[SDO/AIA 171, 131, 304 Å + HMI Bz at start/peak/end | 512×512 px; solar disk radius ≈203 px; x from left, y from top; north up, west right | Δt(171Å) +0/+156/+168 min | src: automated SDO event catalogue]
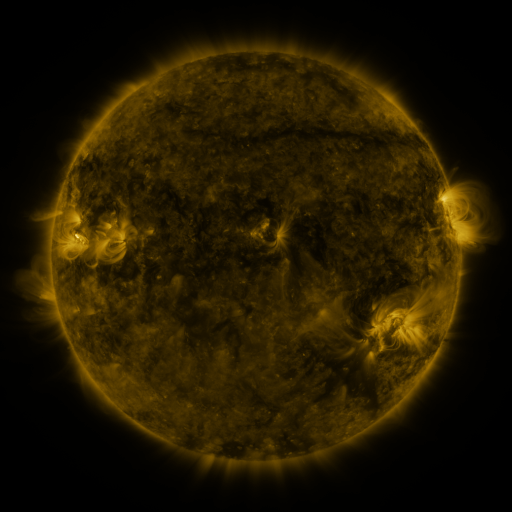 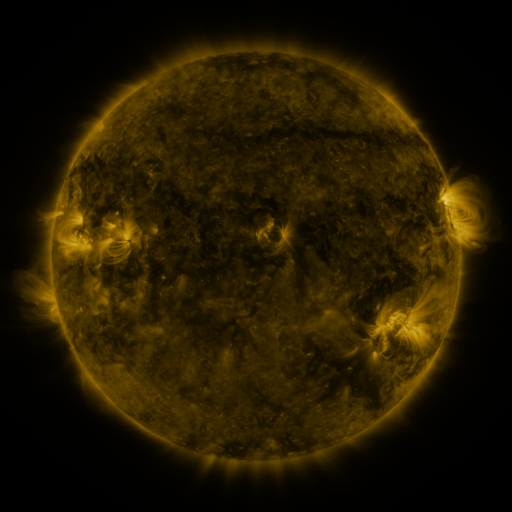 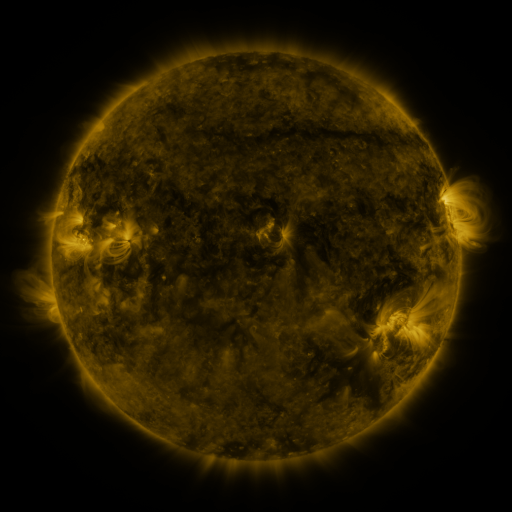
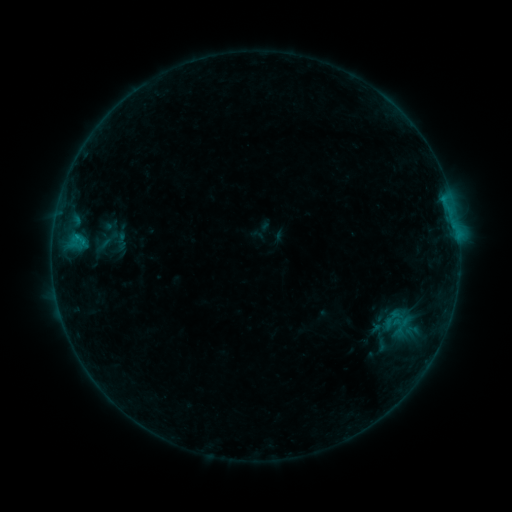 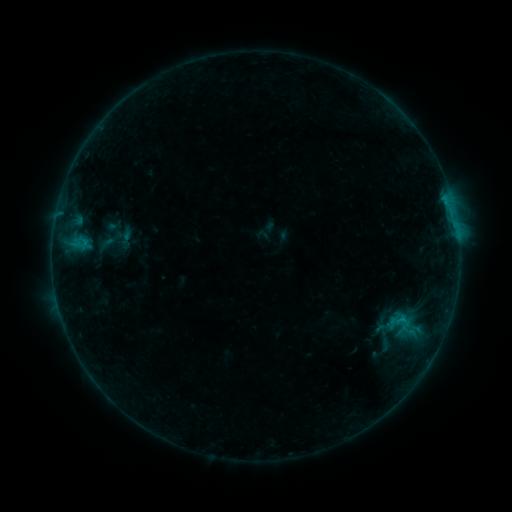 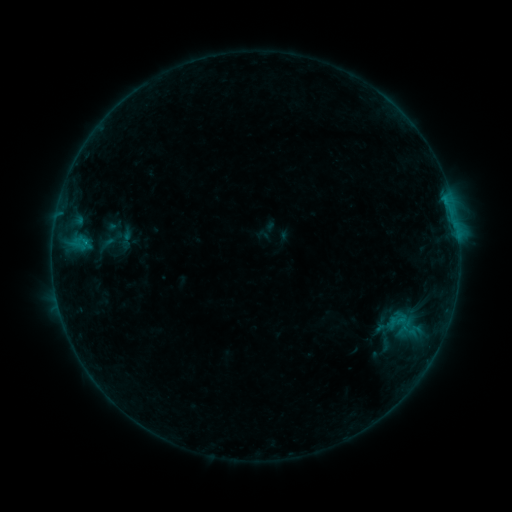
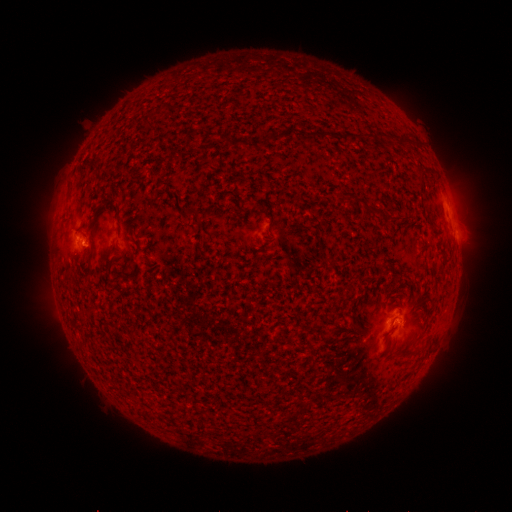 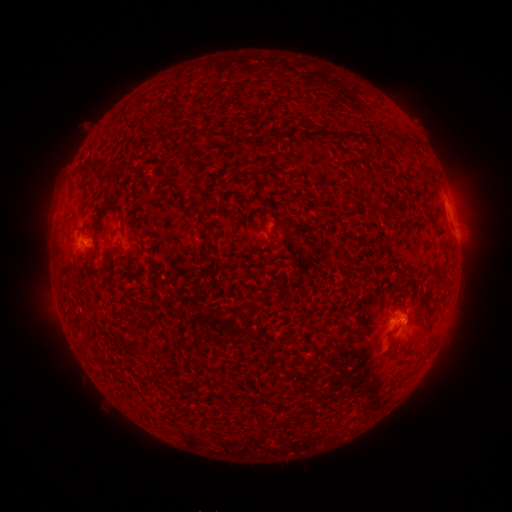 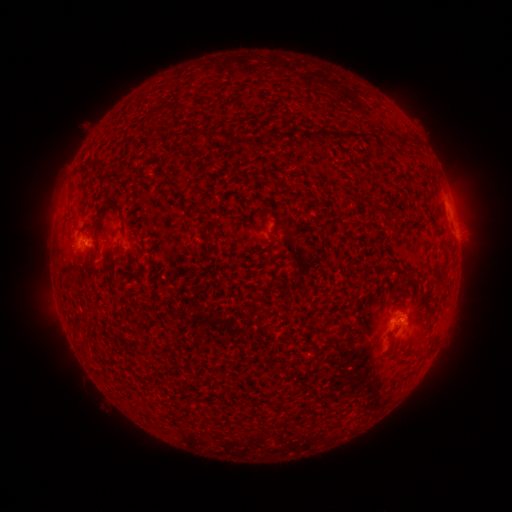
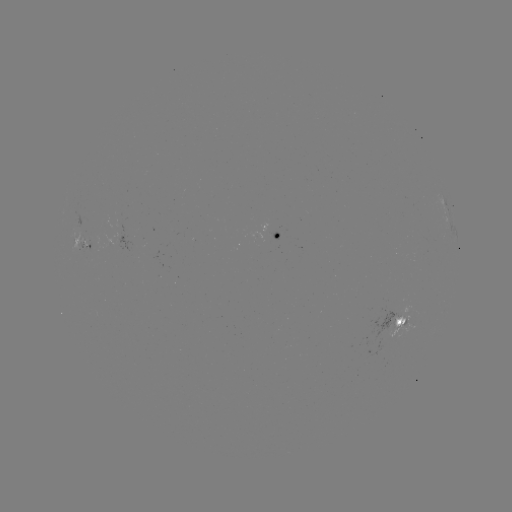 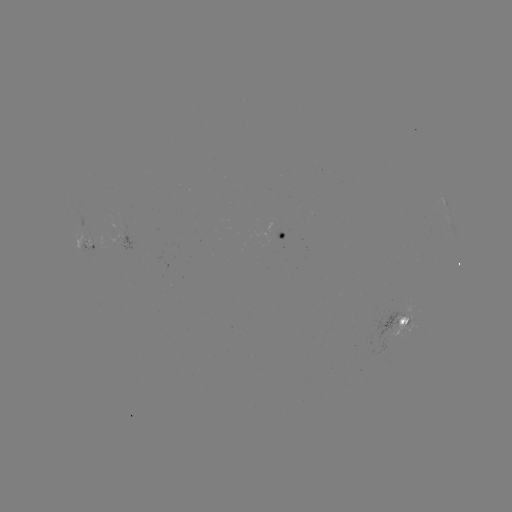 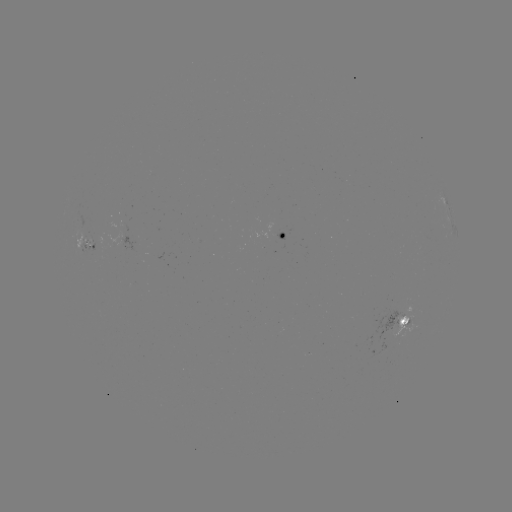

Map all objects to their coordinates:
emerging-flux region: (83, 240)
